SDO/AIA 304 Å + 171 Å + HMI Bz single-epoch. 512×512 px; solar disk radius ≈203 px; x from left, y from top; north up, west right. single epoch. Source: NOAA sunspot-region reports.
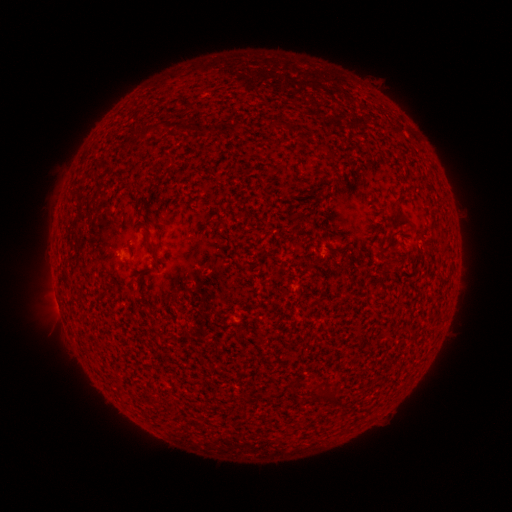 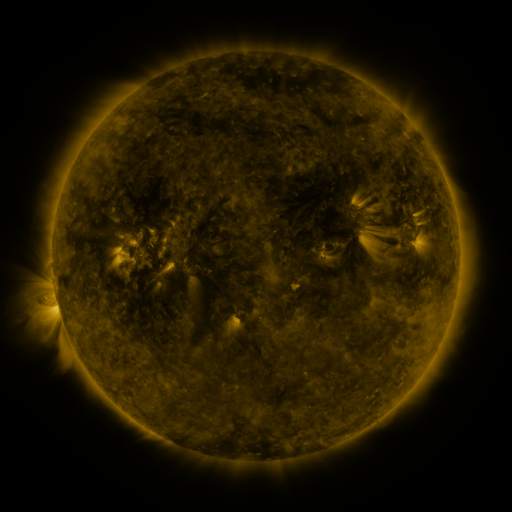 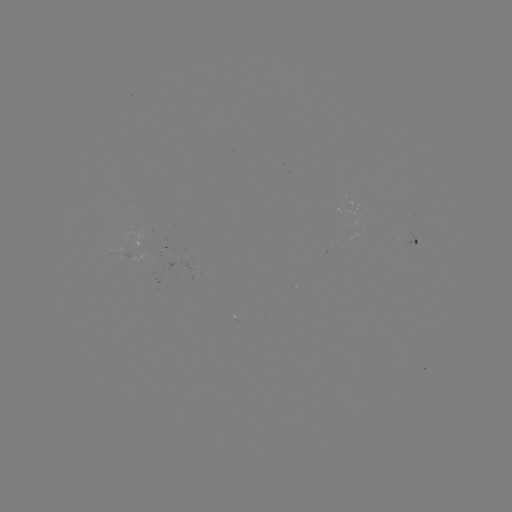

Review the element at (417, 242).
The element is spotted active region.